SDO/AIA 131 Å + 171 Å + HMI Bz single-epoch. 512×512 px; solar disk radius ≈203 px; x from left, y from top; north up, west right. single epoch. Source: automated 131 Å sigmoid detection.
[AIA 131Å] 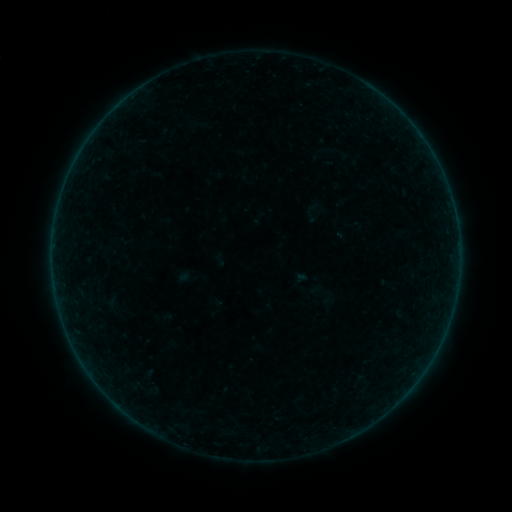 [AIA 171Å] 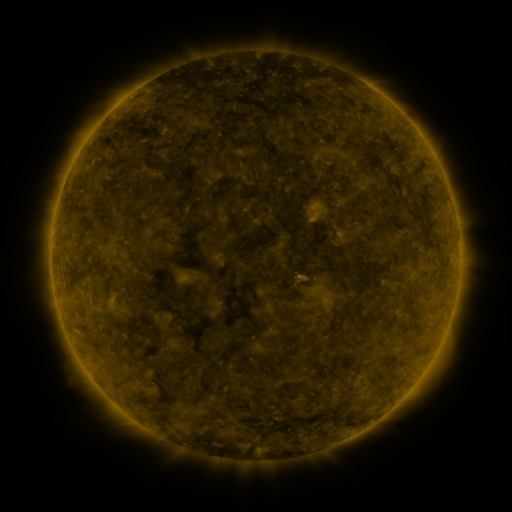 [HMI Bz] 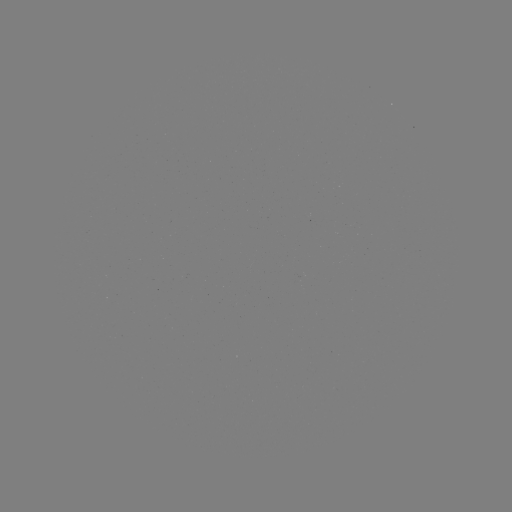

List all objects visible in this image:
sigmoid: (311, 213)
